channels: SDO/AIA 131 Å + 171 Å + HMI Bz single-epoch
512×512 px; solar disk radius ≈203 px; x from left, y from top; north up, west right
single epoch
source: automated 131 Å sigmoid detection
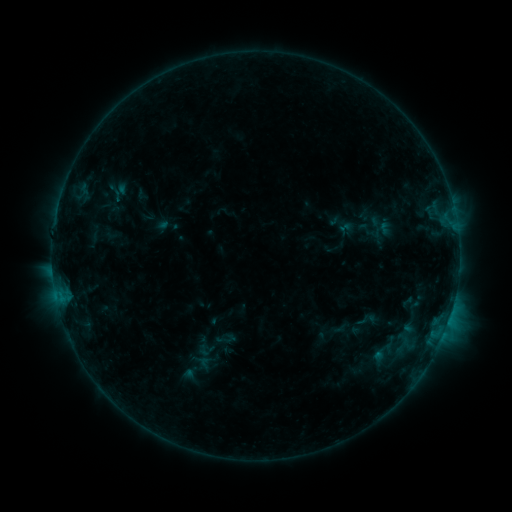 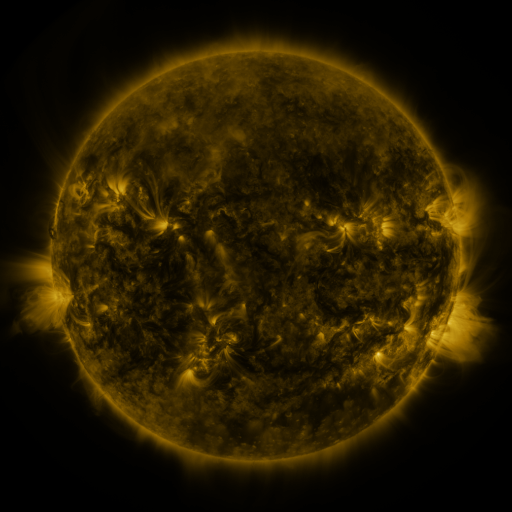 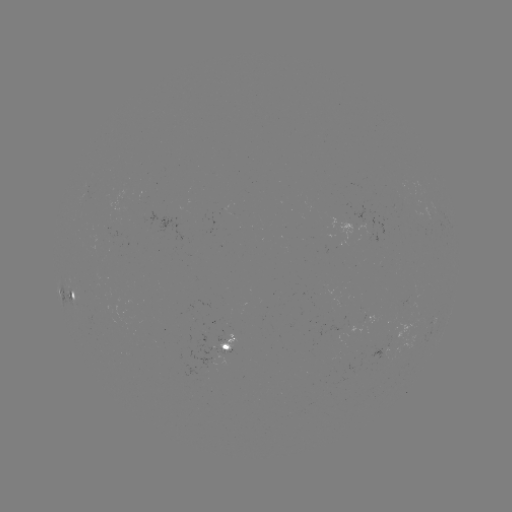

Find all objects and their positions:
sigmoid: (346, 227)
sigmoid: (204, 350)
